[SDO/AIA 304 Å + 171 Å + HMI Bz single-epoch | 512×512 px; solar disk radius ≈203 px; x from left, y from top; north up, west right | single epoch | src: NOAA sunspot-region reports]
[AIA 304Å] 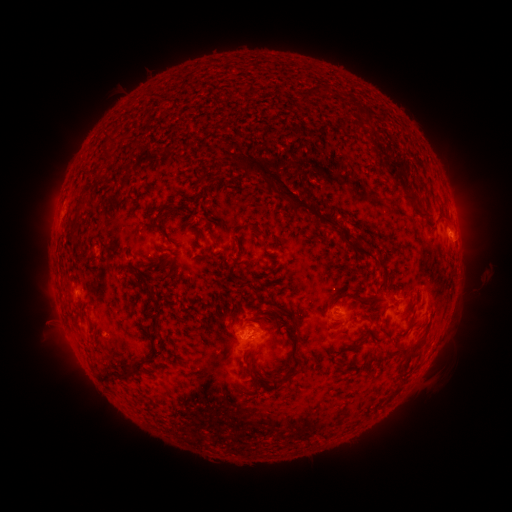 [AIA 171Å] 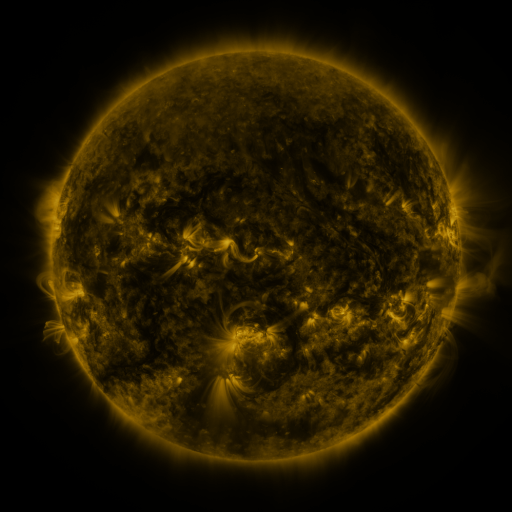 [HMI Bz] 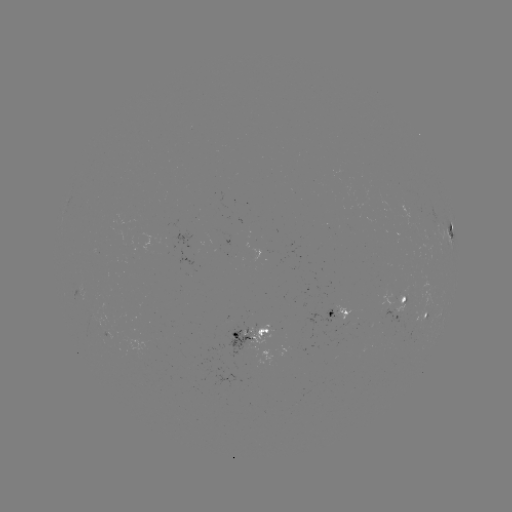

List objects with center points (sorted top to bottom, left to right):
spotted active region: (451, 230)
spotted active region: (406, 297)
spotted active region: (427, 313)
spotted active region: (337, 314)
spotted active region: (252, 336)
